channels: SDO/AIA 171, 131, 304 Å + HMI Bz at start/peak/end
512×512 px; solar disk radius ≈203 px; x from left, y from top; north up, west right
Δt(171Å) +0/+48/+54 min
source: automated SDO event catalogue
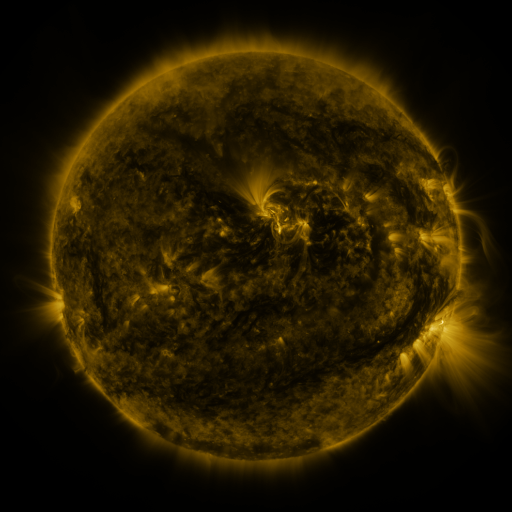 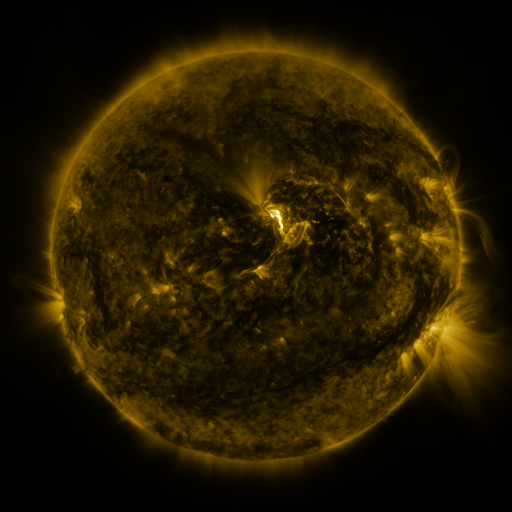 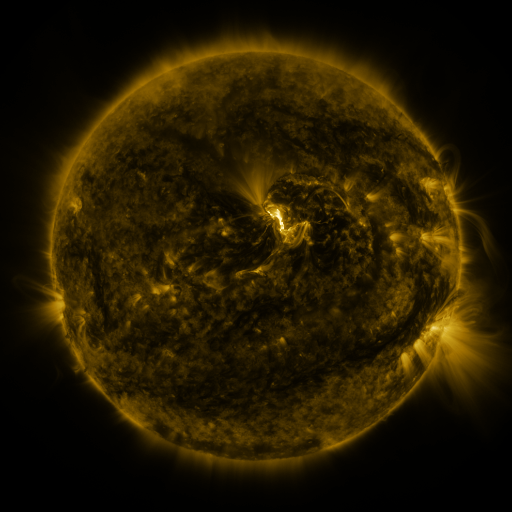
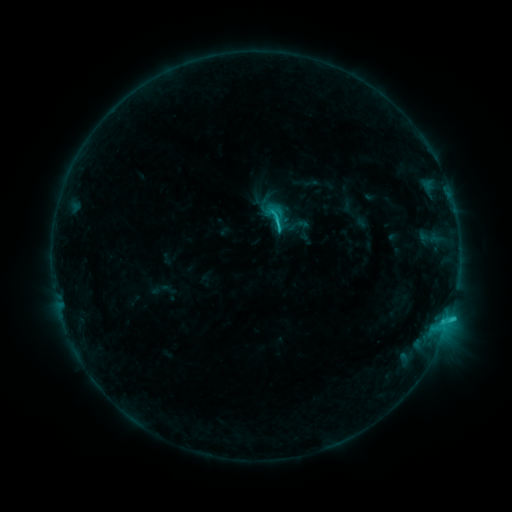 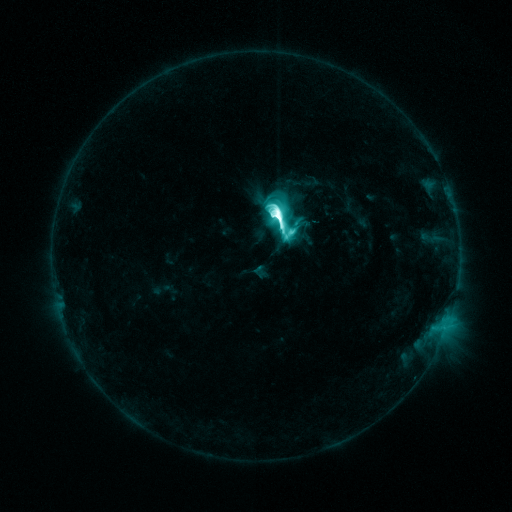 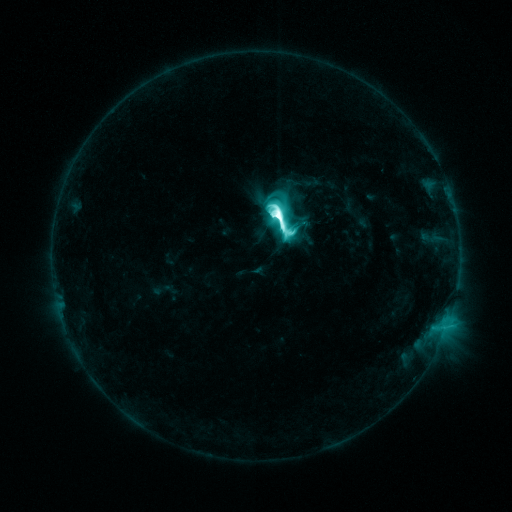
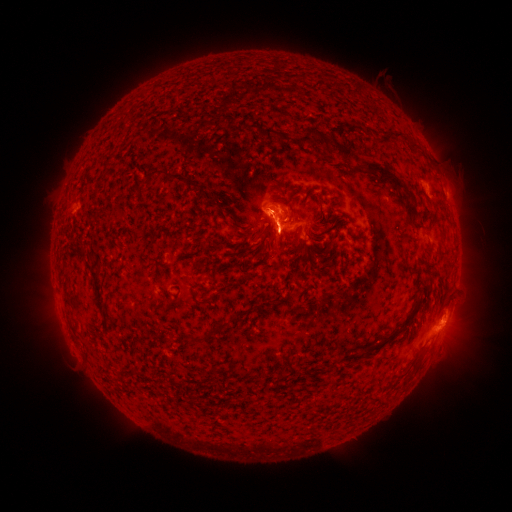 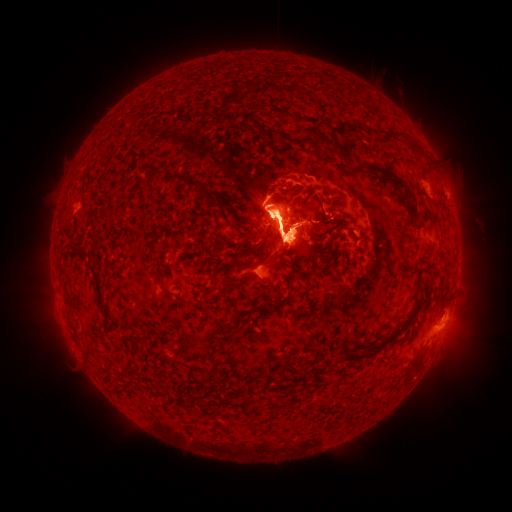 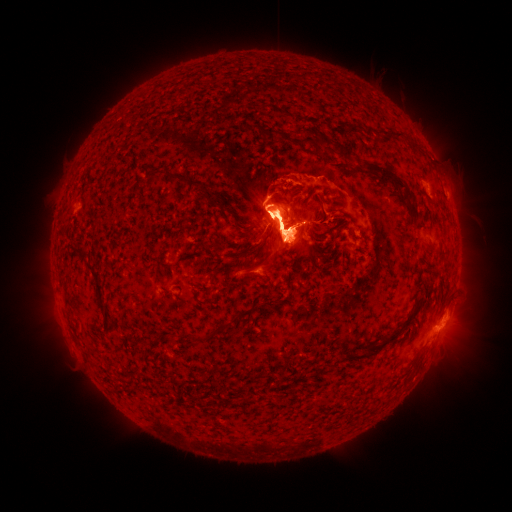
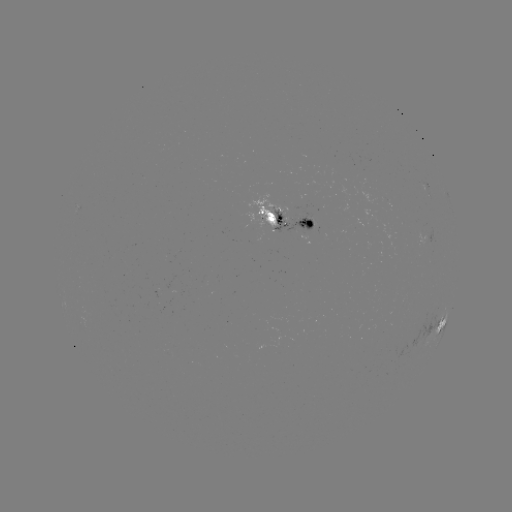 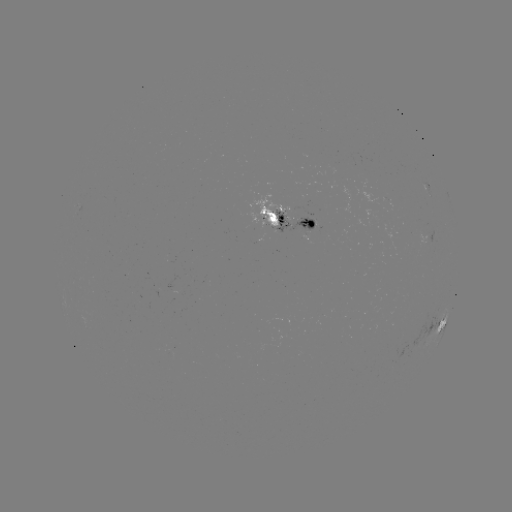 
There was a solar flare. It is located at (276, 216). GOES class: M6.5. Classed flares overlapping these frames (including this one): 1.